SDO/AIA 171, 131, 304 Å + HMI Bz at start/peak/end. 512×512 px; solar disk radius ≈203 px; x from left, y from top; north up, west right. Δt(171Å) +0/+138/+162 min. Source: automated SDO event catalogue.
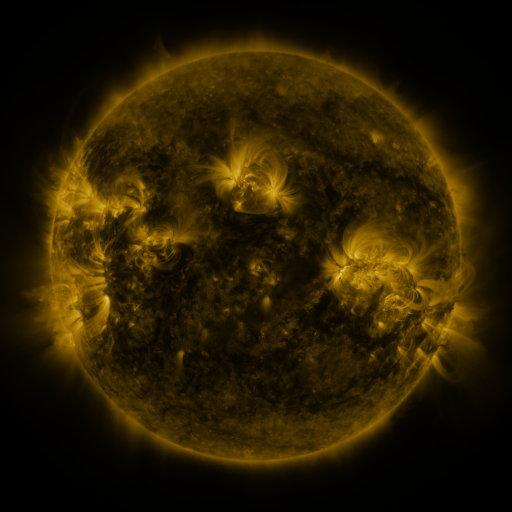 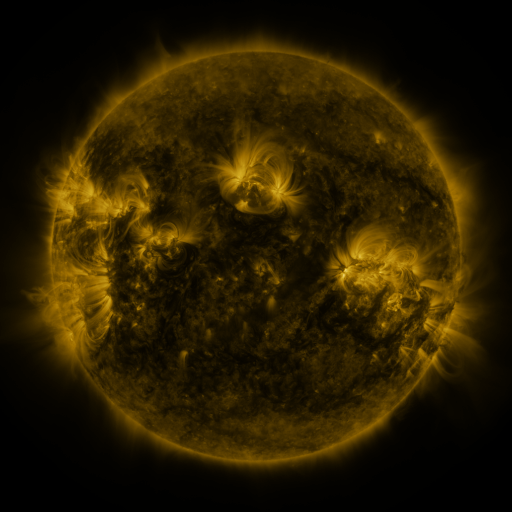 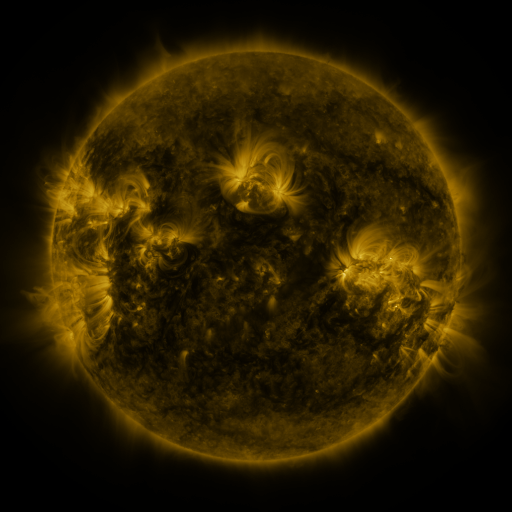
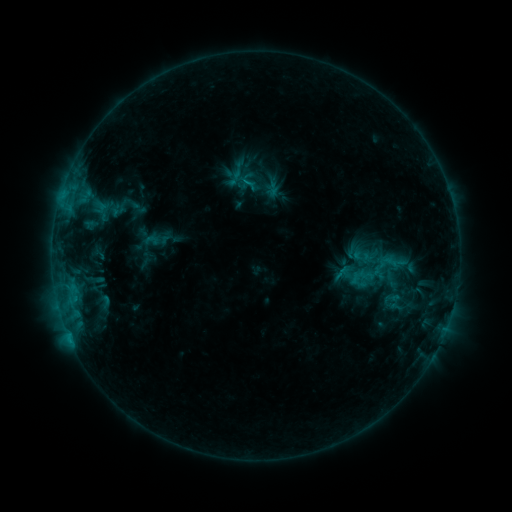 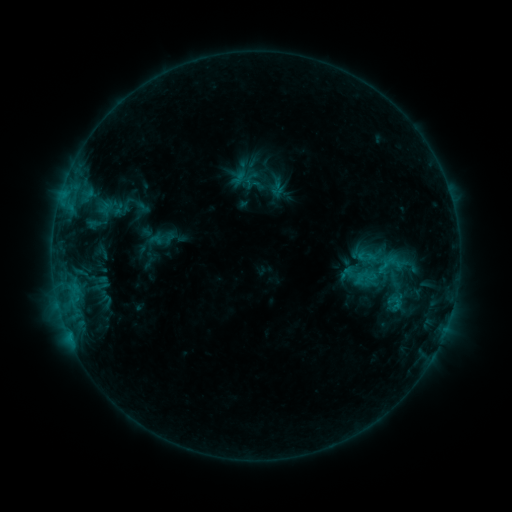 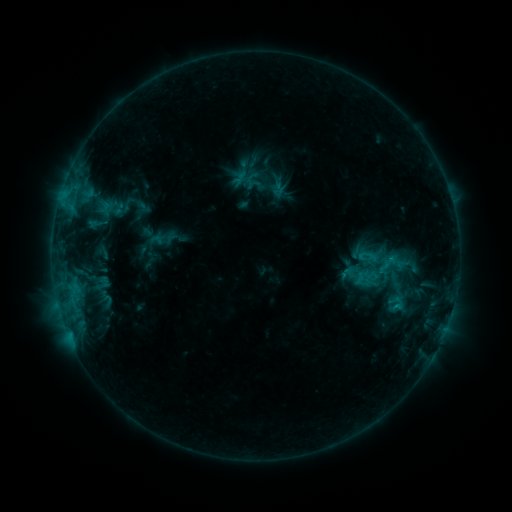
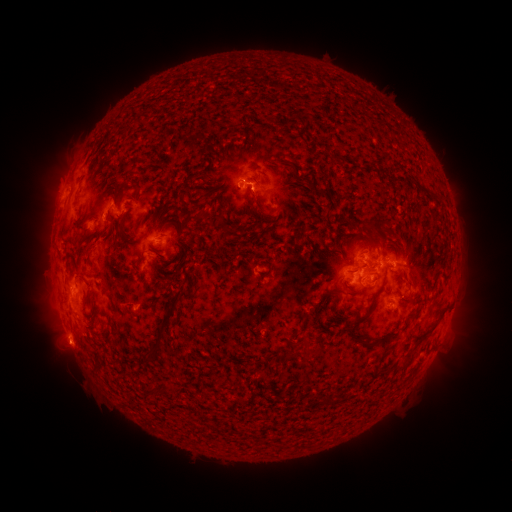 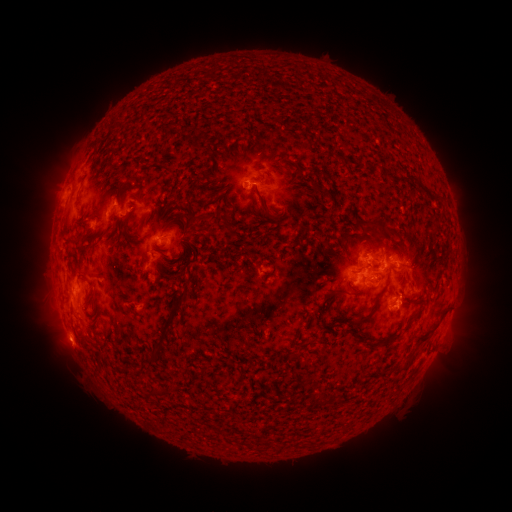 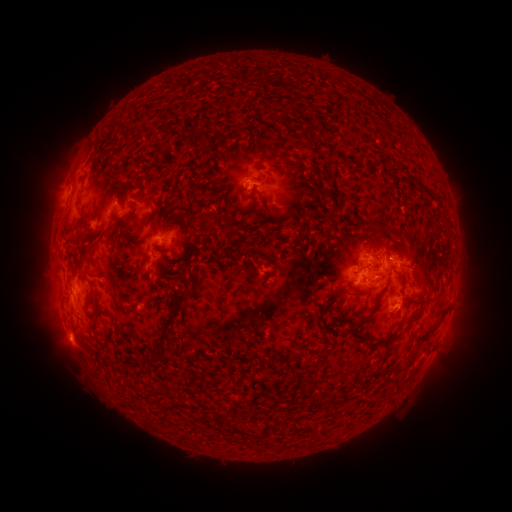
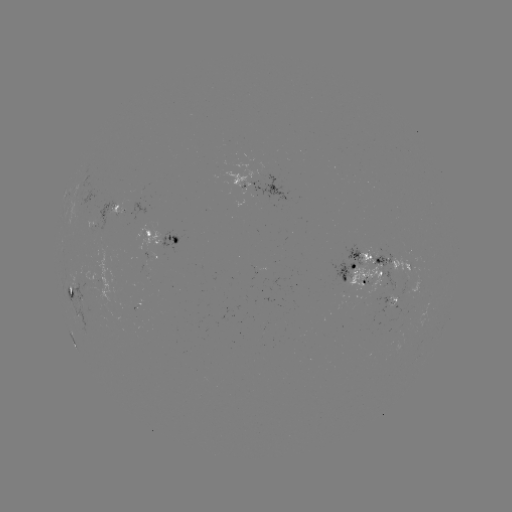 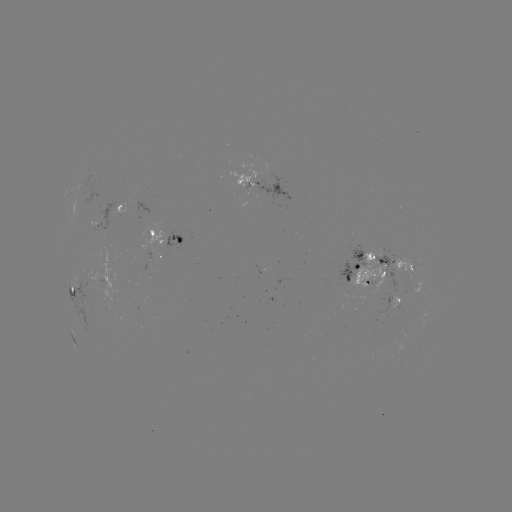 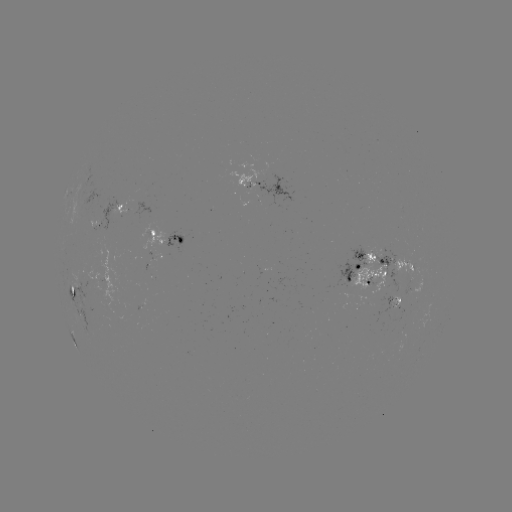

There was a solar emerging-flux region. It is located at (356, 278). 